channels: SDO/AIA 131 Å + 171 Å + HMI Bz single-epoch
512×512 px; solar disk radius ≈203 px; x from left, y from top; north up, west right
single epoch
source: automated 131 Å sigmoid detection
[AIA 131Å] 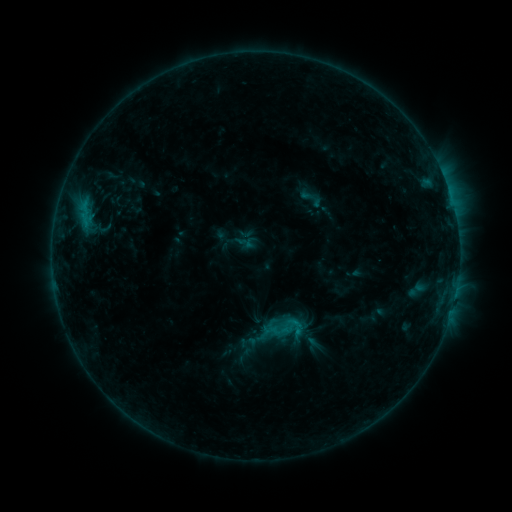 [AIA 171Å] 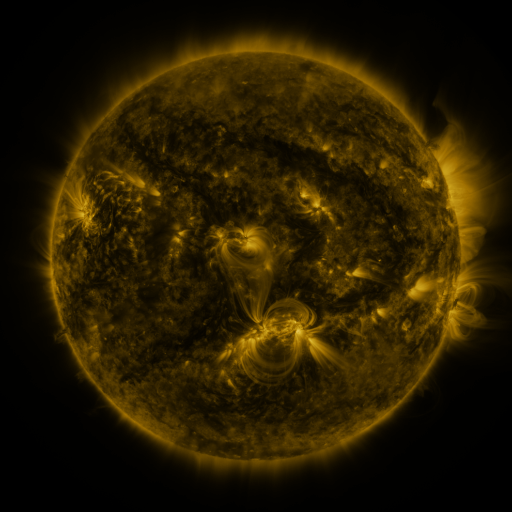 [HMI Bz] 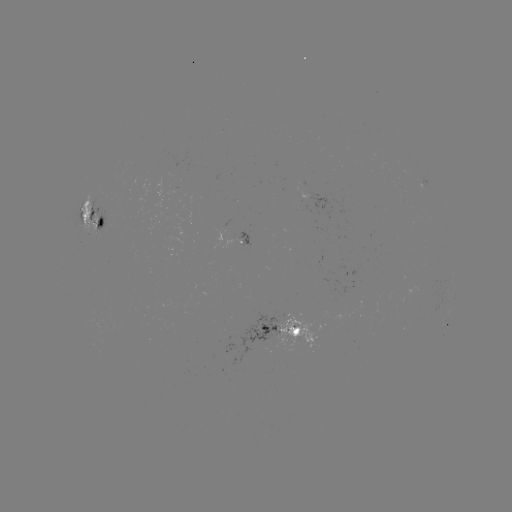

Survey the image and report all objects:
sigmoid: <bbox>274, 311, 300, 337</bbox>
